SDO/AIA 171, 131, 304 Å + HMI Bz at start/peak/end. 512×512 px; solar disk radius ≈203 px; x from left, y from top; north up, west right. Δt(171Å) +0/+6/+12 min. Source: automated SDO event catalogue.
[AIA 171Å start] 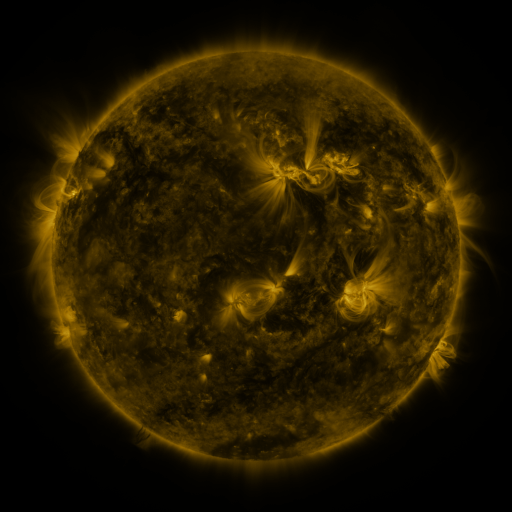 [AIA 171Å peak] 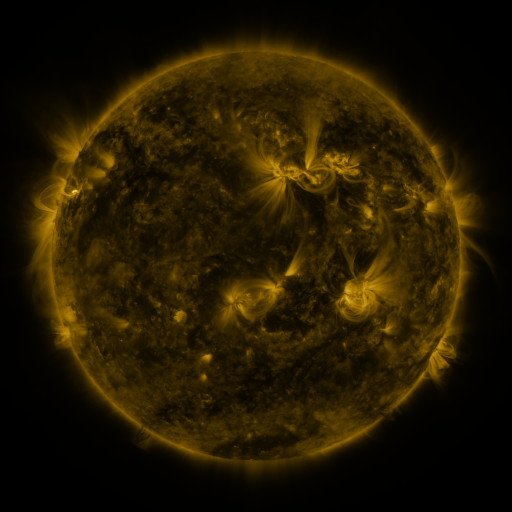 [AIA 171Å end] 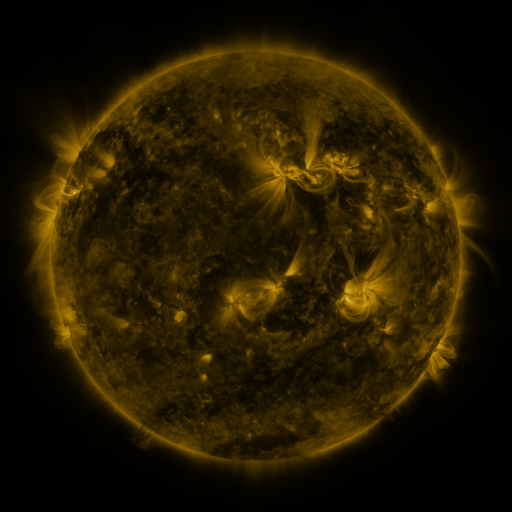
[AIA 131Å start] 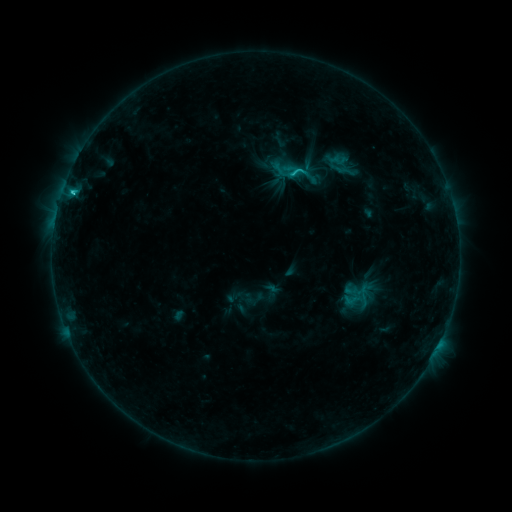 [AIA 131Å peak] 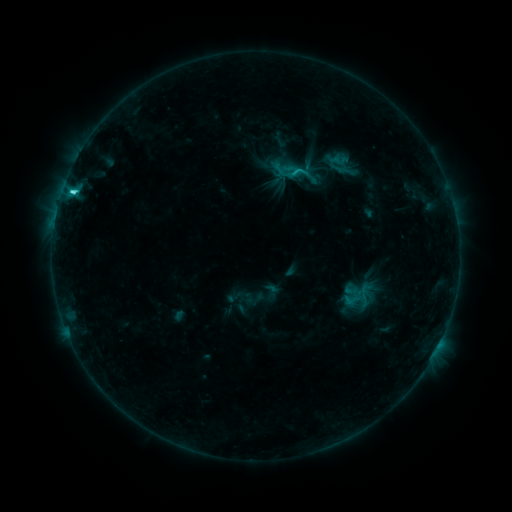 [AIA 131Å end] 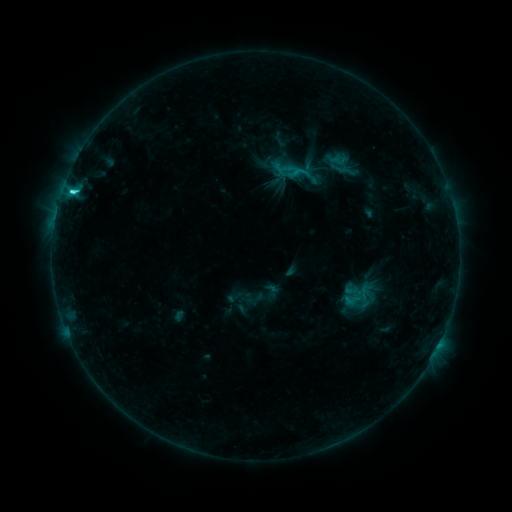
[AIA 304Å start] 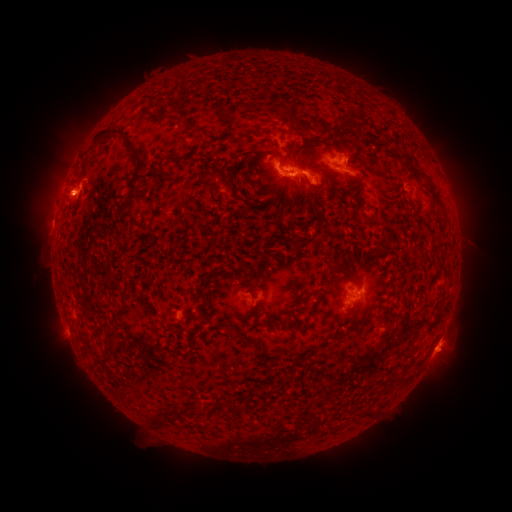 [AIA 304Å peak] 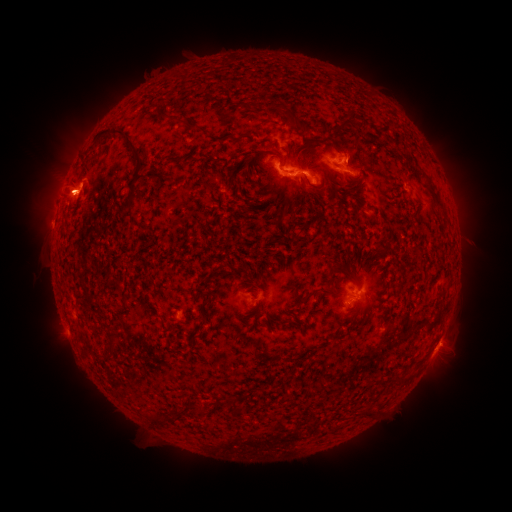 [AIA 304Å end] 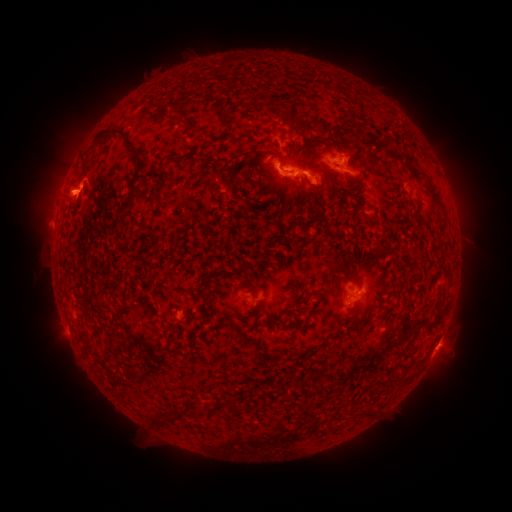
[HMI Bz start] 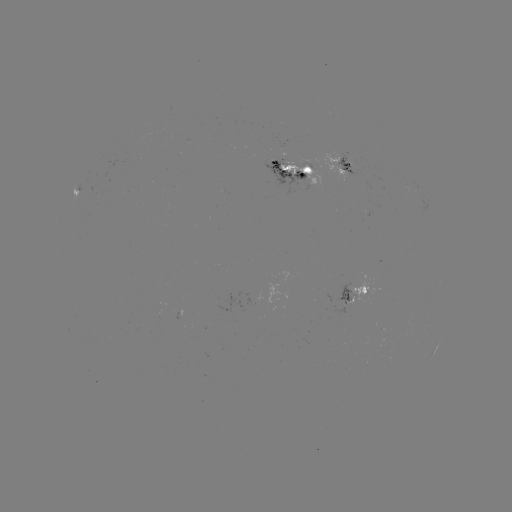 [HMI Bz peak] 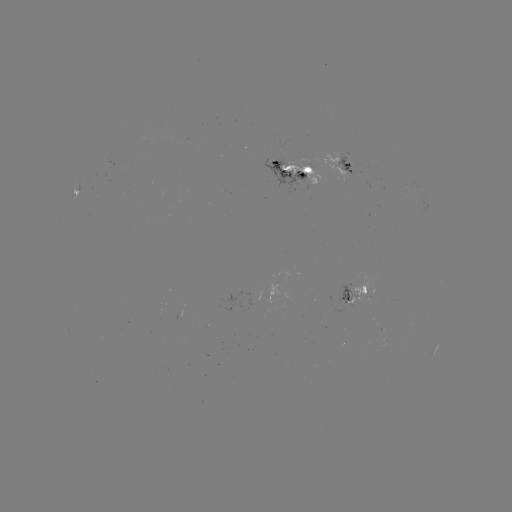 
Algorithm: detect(eruption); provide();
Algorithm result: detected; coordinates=[68, 186]